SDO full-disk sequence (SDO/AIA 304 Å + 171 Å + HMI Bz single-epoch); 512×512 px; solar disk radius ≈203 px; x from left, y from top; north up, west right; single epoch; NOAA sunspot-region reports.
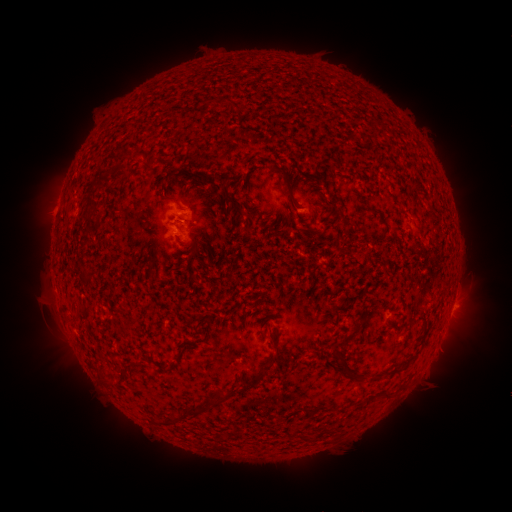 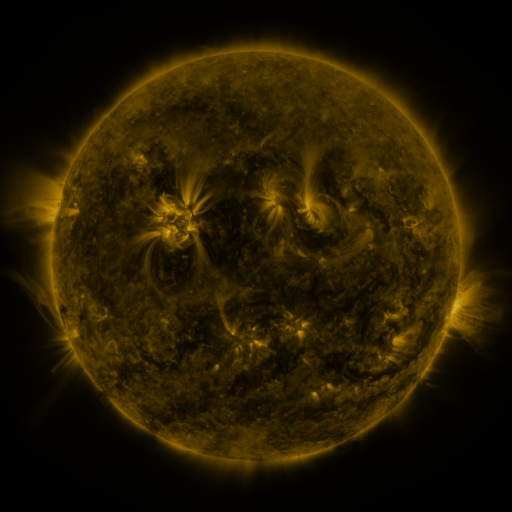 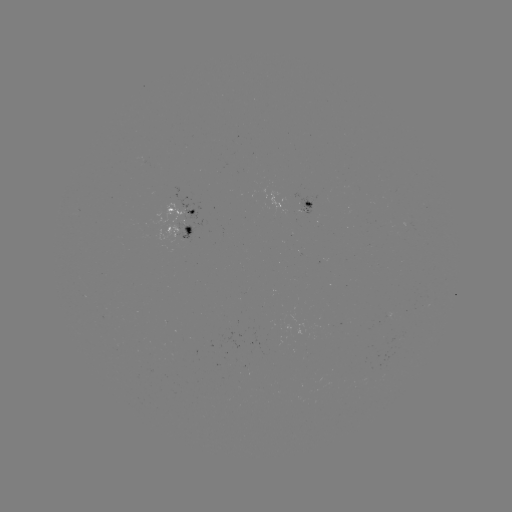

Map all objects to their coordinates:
spotted active region: (310, 205)
spotted active region: (185, 208)
spotted active region: (183, 229)
